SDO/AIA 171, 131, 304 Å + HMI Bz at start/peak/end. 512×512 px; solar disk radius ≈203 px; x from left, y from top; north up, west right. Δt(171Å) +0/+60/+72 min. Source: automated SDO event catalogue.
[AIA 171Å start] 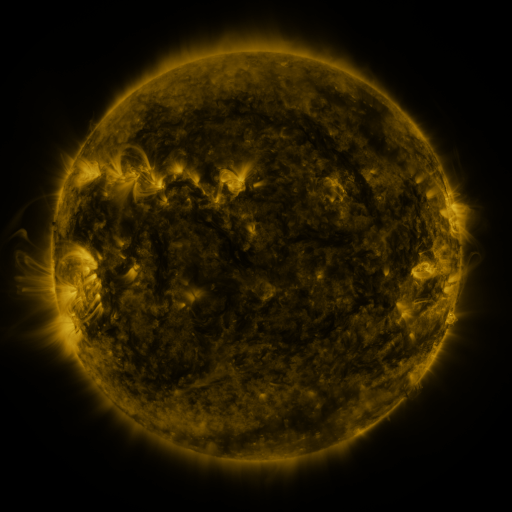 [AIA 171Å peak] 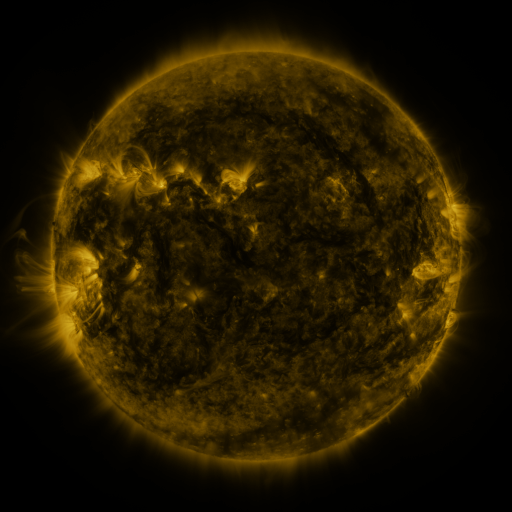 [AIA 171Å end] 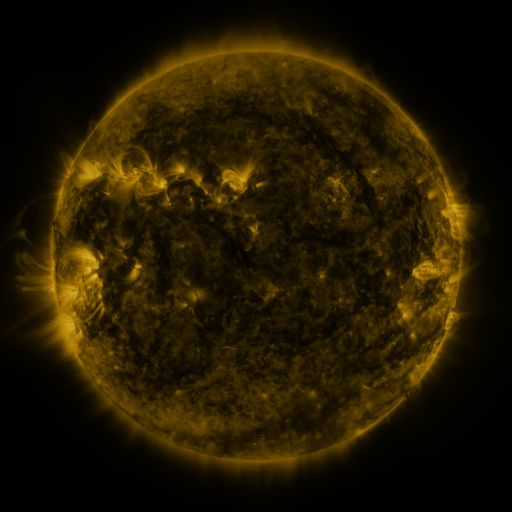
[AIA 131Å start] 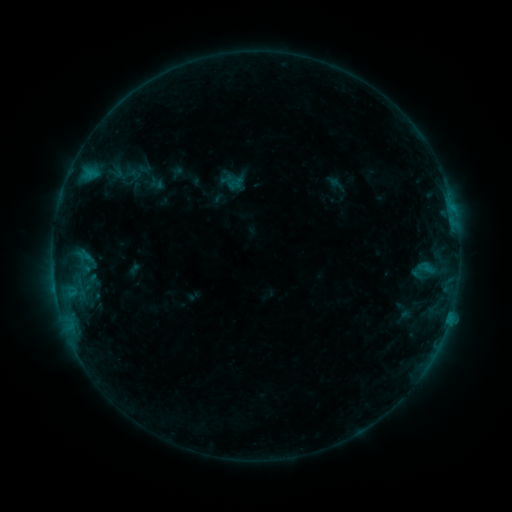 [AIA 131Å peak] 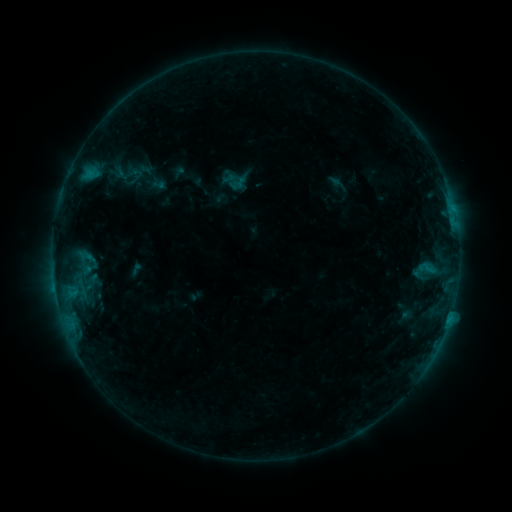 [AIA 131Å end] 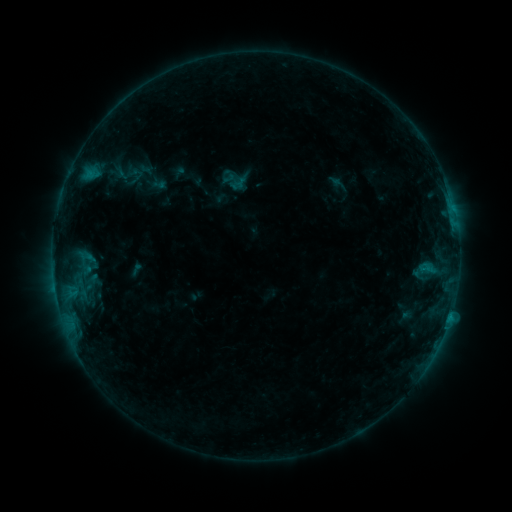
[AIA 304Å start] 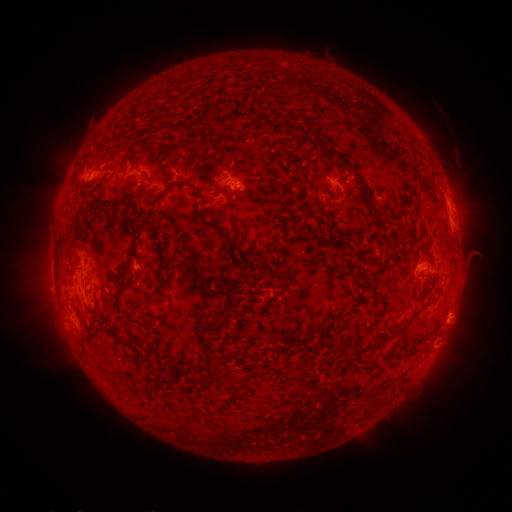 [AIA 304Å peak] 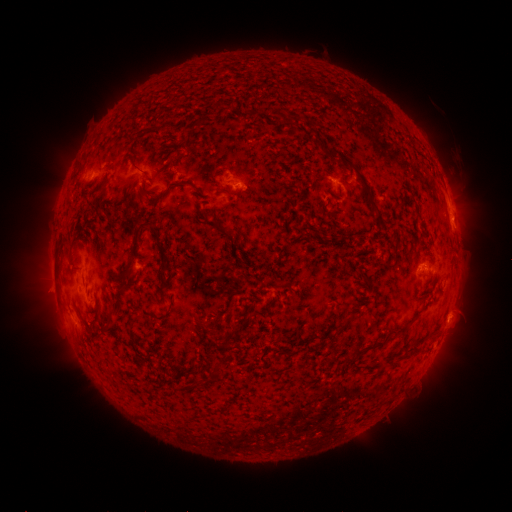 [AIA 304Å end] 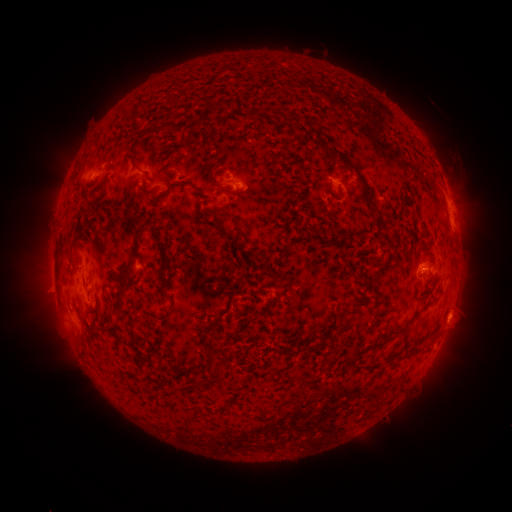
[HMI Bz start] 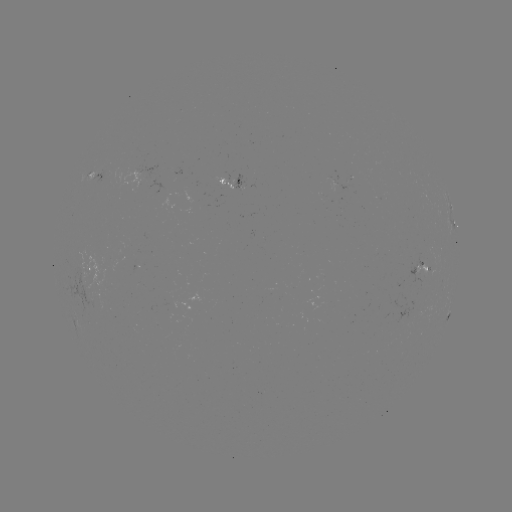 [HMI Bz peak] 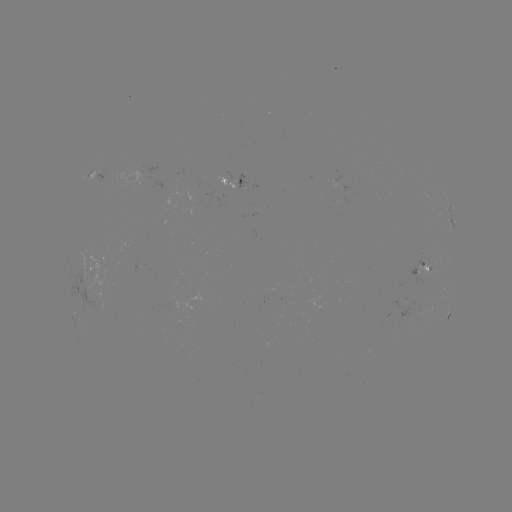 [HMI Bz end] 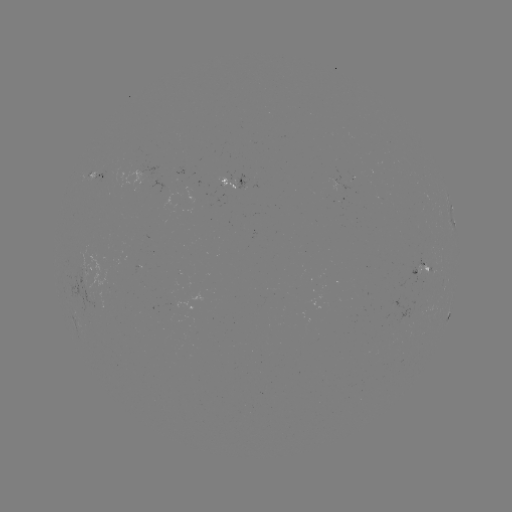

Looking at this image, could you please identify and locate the emerging-flux region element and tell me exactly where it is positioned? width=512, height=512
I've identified emerging-flux region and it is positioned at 229,178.